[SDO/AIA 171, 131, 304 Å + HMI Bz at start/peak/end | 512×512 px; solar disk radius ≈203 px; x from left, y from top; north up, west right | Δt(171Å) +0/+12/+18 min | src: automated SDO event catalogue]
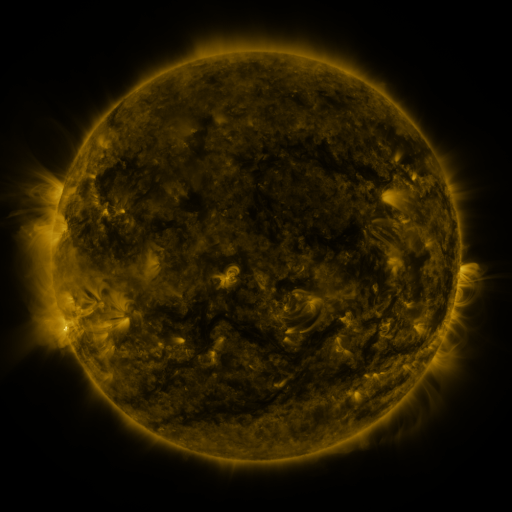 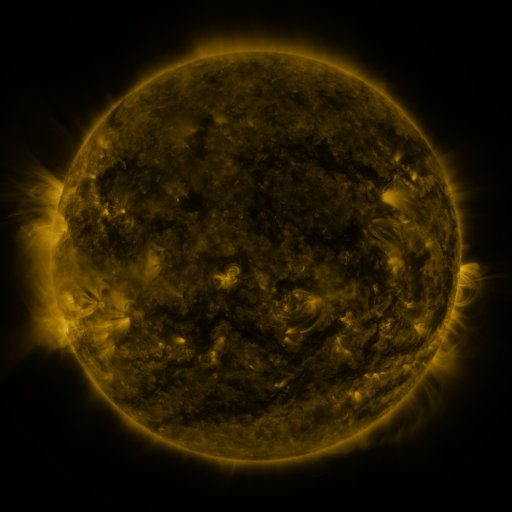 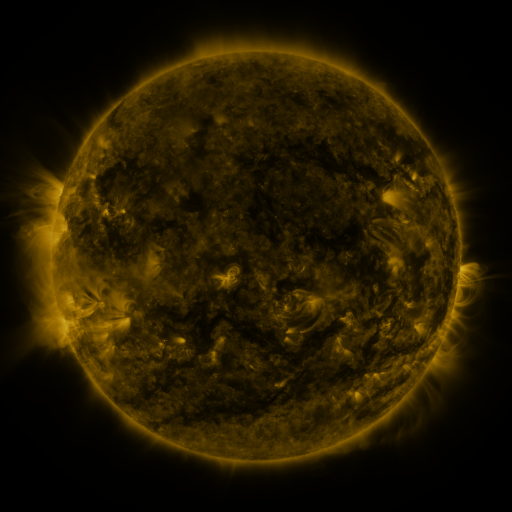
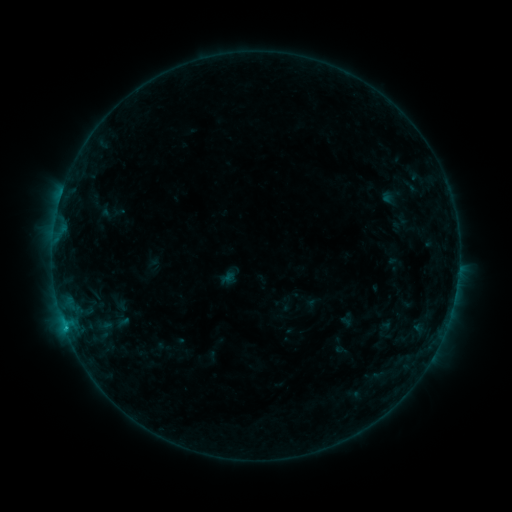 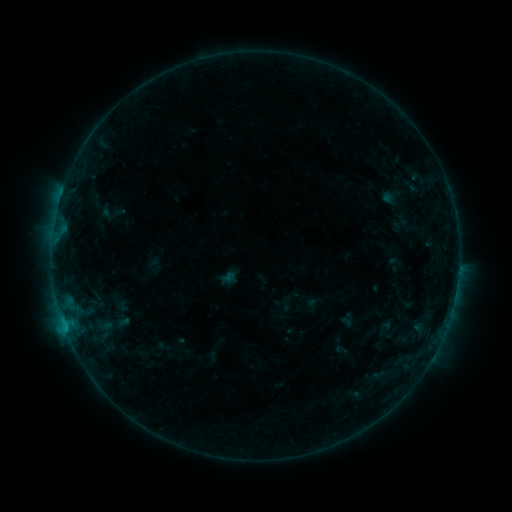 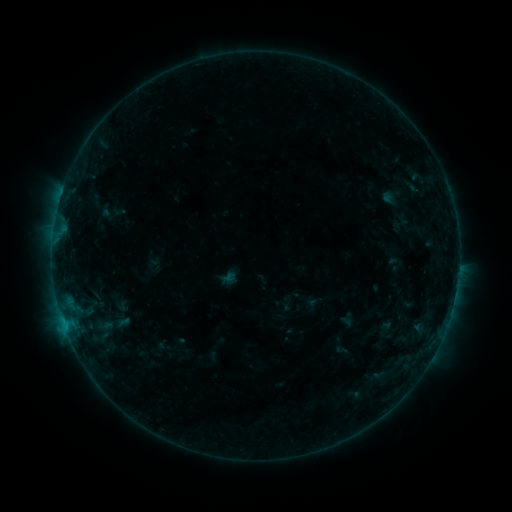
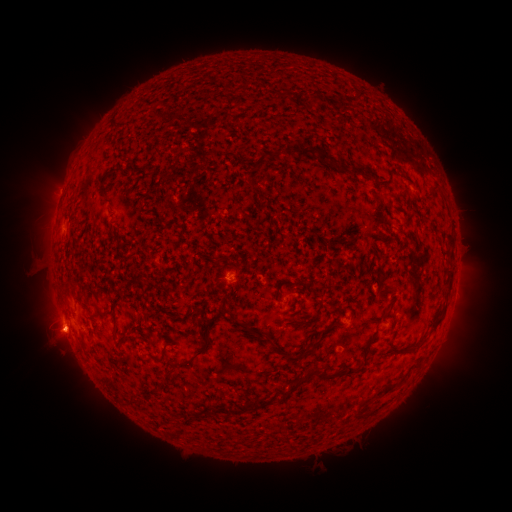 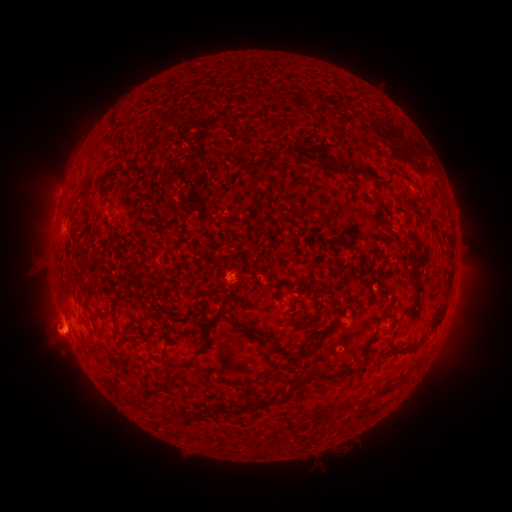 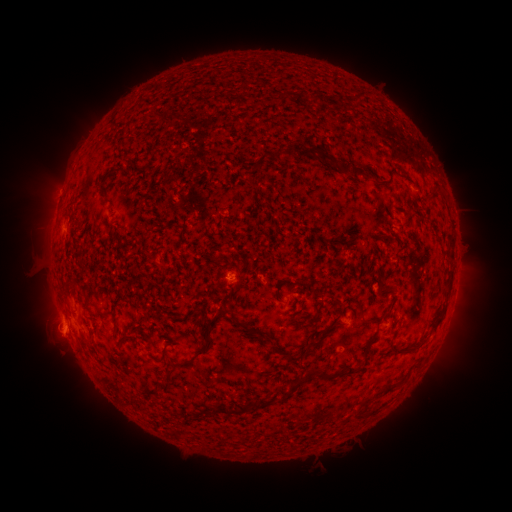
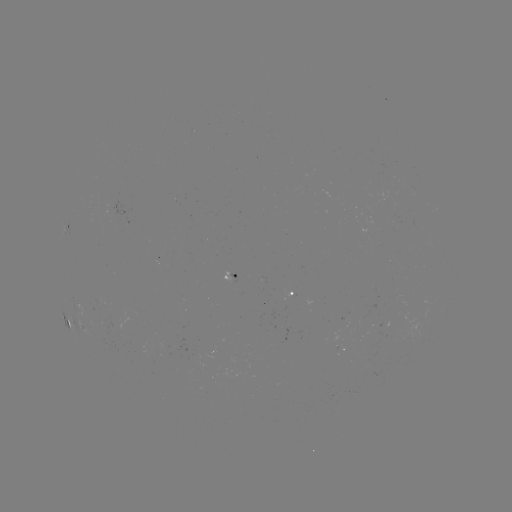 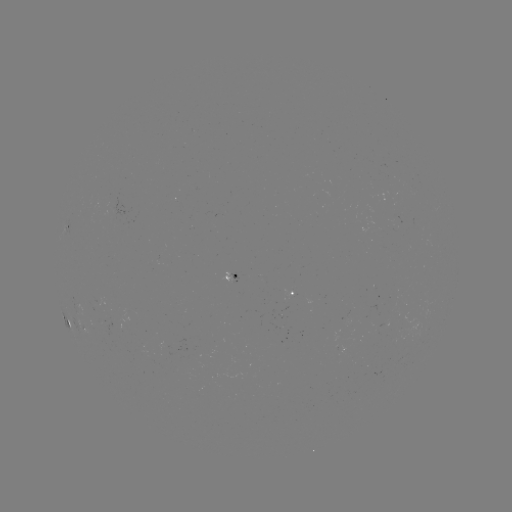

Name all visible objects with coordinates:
eruption: (53, 335)
